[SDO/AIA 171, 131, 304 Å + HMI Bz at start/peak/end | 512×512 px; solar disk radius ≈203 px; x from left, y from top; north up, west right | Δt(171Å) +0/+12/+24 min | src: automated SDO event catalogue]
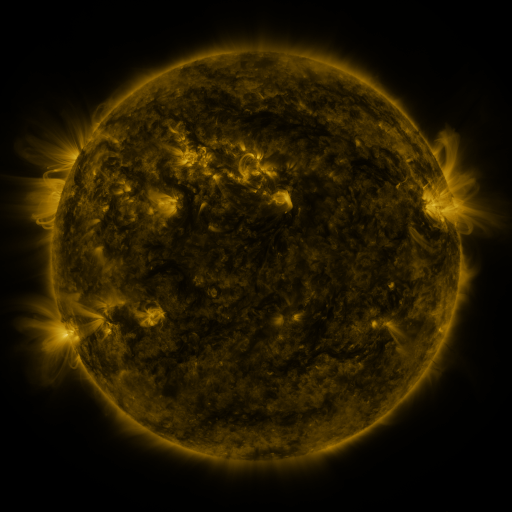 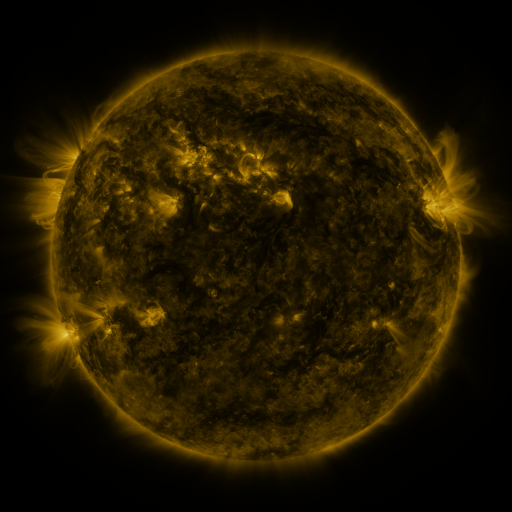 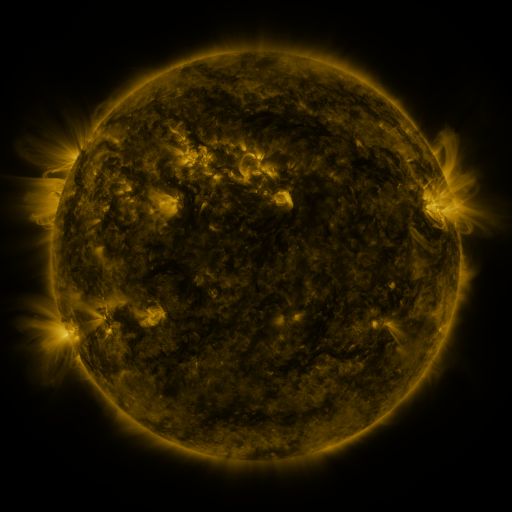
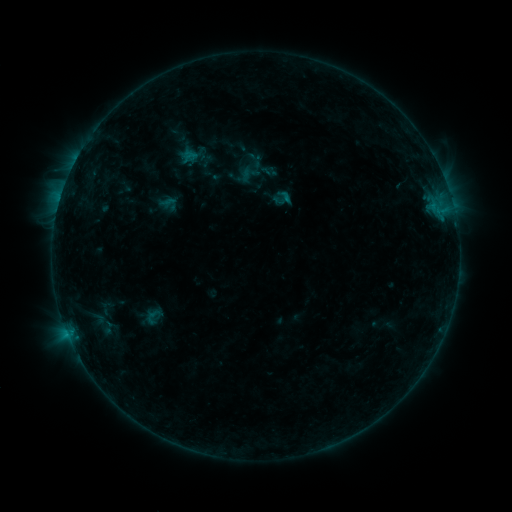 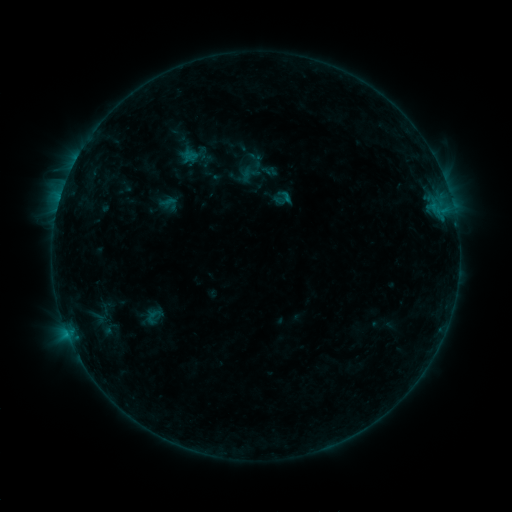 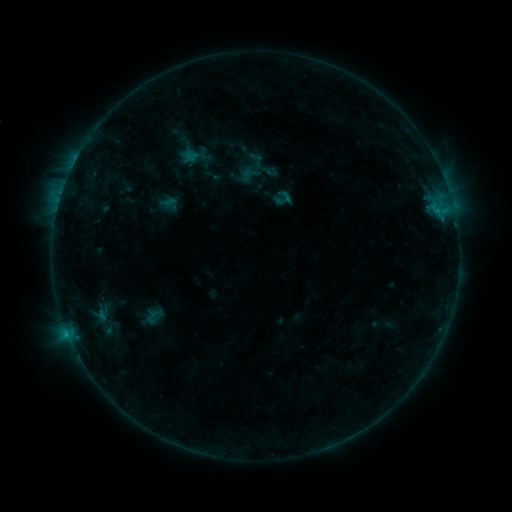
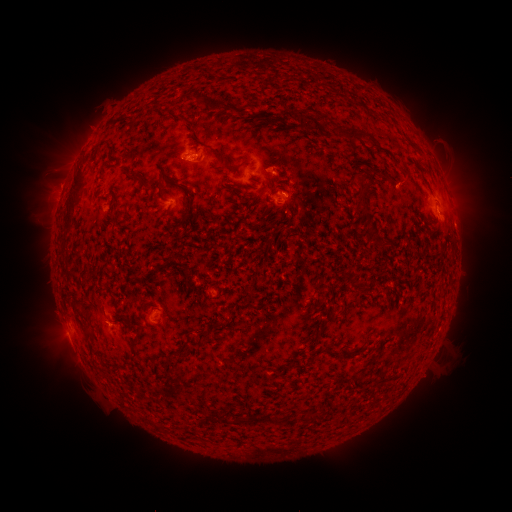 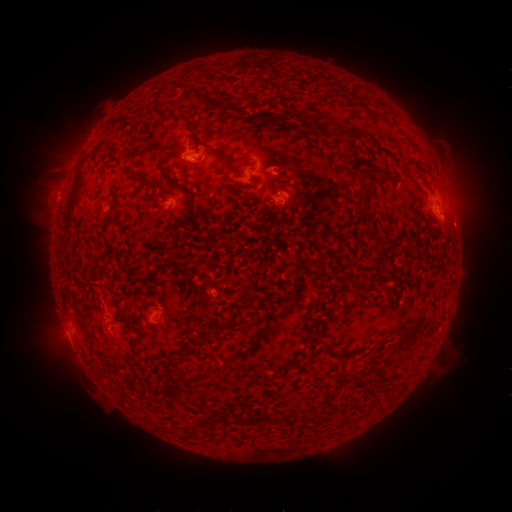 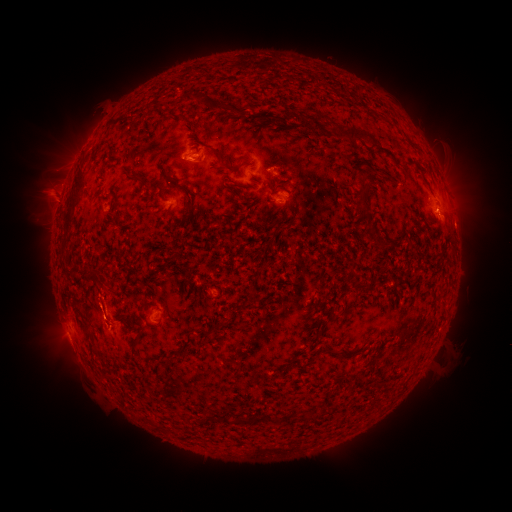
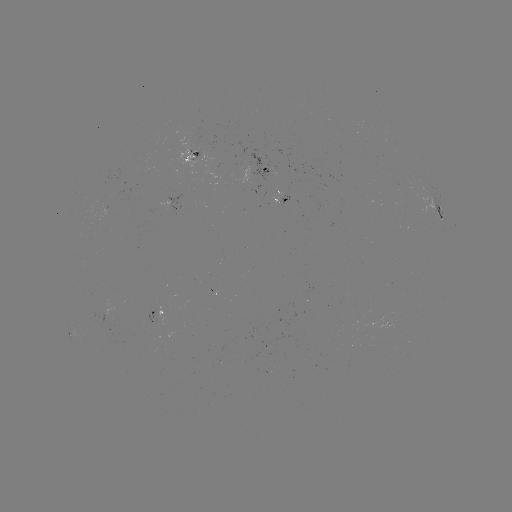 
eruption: <bbox>70, 253, 117, 318</bbox>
